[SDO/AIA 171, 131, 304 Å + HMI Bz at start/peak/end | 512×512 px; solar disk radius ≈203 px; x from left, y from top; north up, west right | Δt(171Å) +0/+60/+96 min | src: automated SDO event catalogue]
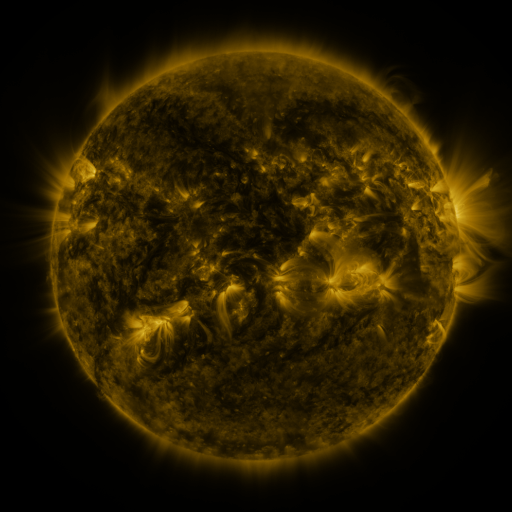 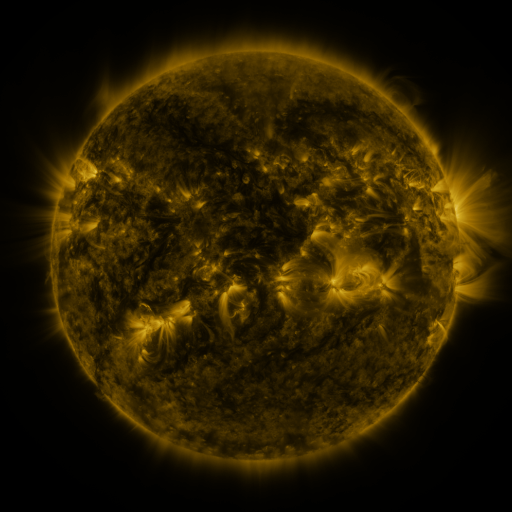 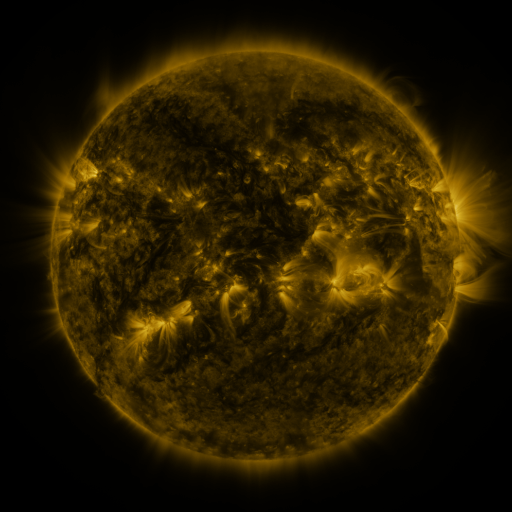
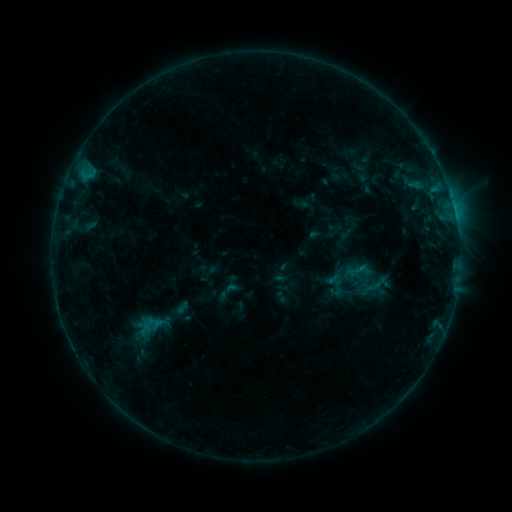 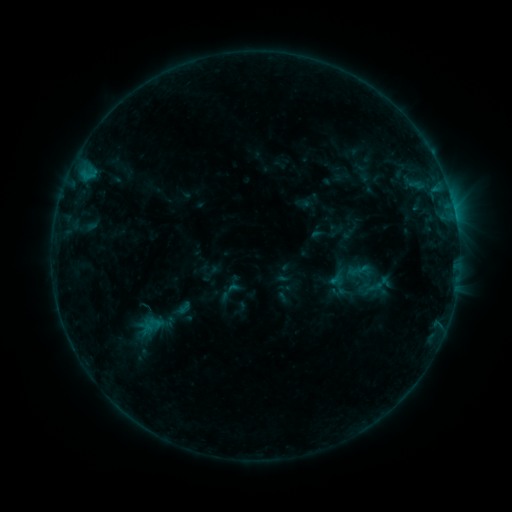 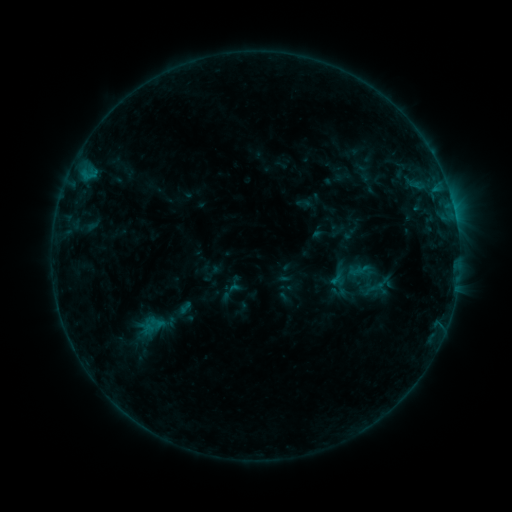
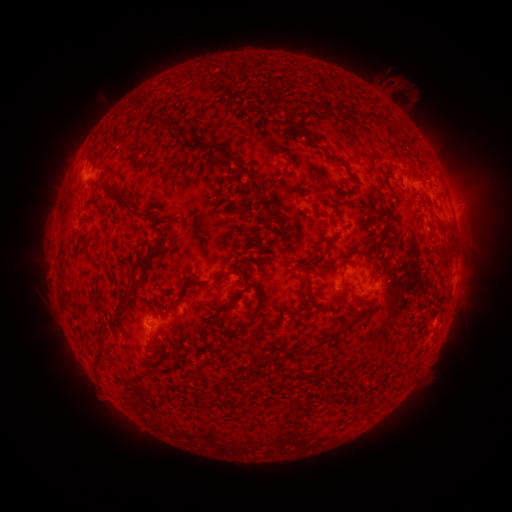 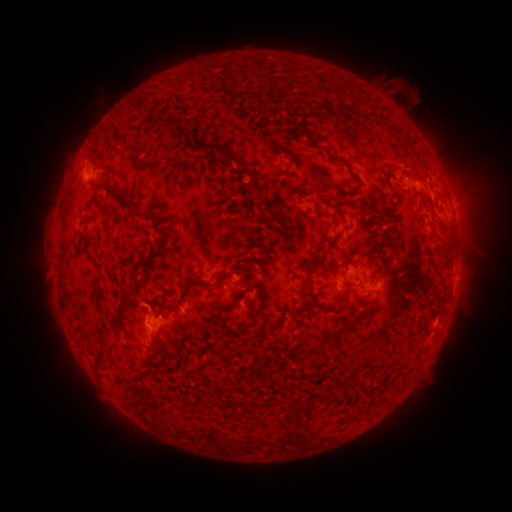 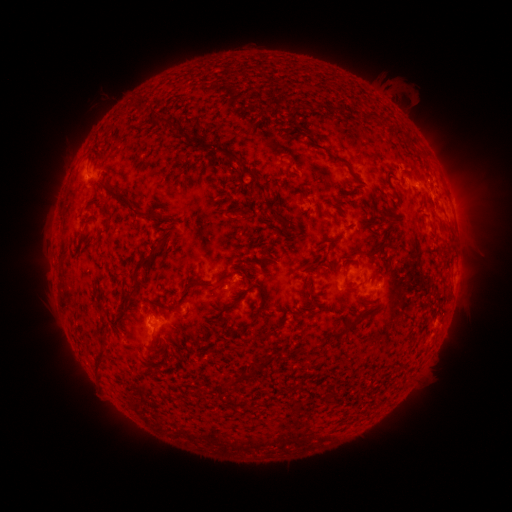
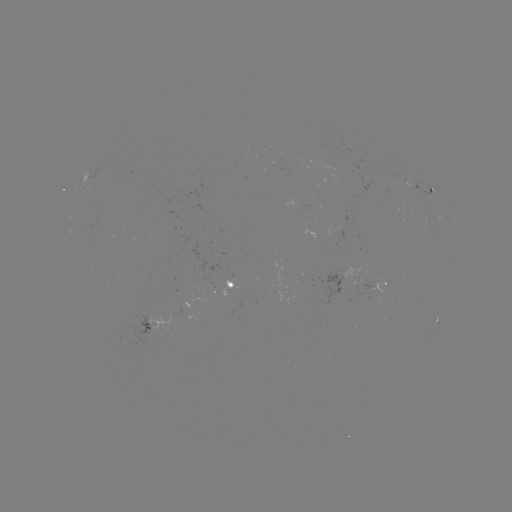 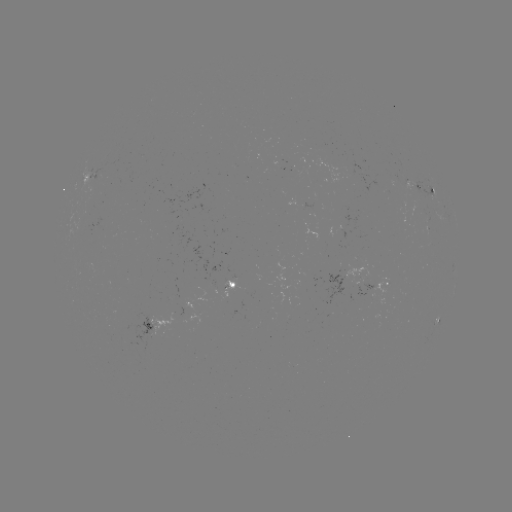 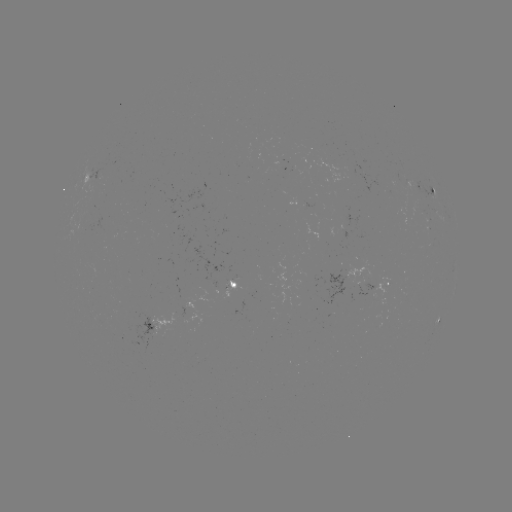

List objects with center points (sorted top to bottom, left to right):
emerging-flux region: (402, 183)
